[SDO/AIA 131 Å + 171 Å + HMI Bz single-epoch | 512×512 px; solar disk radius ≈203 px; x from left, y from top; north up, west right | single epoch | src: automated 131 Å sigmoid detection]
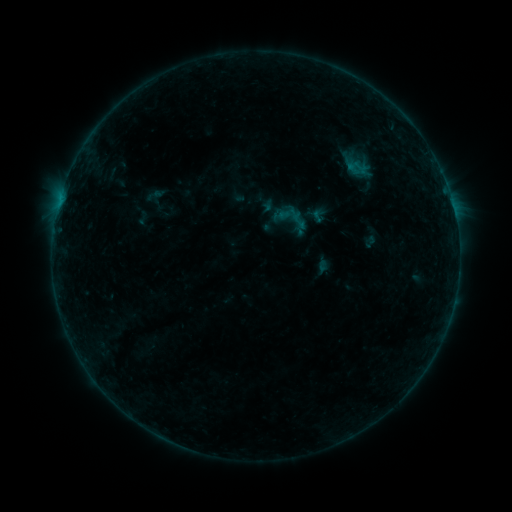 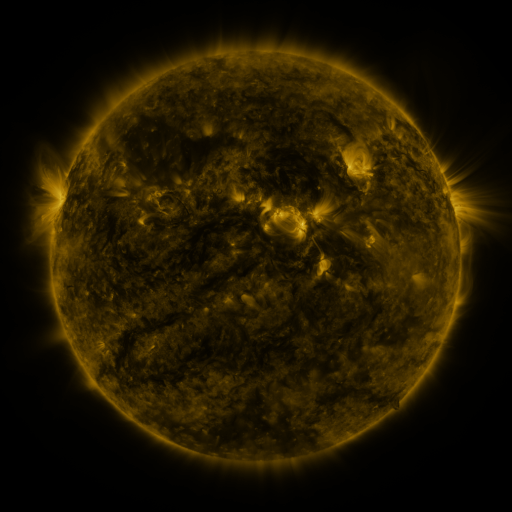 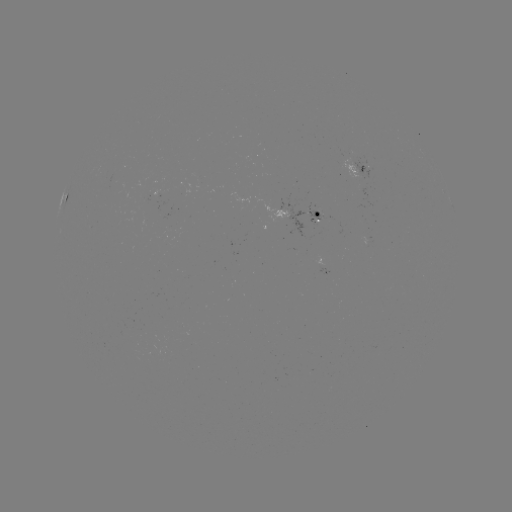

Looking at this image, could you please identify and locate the sigmoid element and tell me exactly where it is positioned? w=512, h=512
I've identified sigmoid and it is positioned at [292, 219].